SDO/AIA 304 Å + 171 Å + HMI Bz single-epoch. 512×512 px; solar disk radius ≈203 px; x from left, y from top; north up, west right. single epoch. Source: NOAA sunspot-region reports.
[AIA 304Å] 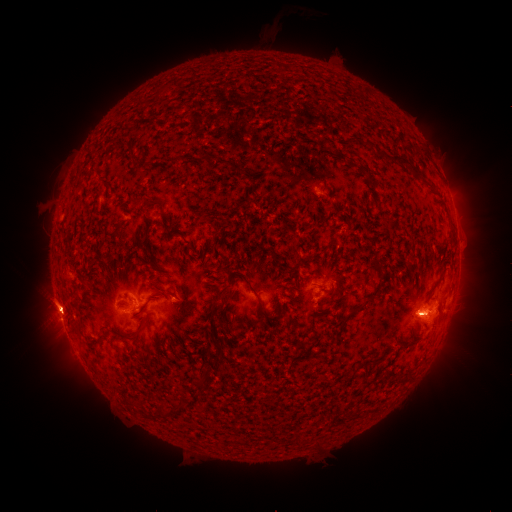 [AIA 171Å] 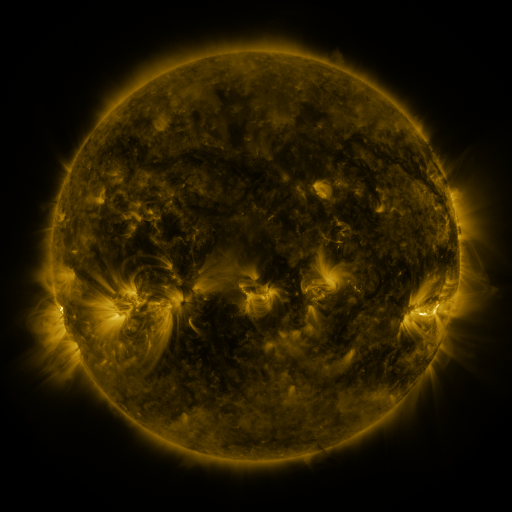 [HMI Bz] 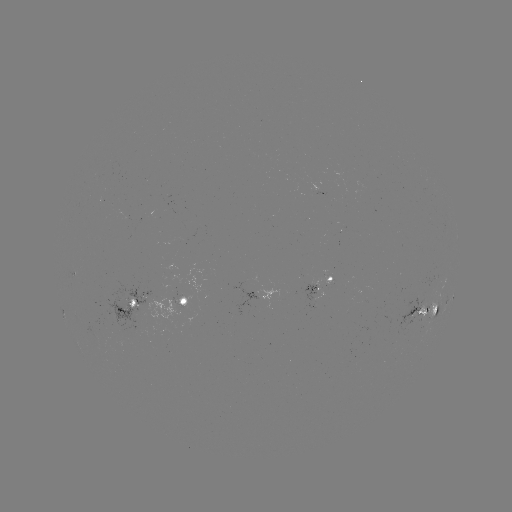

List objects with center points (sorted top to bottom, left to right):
spotted active region: (457, 231)
spotted active region: (321, 288)
spotted active region: (269, 295)
spotted active region: (452, 300)
spotted active region: (185, 302)
spotted active region: (129, 303)
spotted active region: (426, 312)
